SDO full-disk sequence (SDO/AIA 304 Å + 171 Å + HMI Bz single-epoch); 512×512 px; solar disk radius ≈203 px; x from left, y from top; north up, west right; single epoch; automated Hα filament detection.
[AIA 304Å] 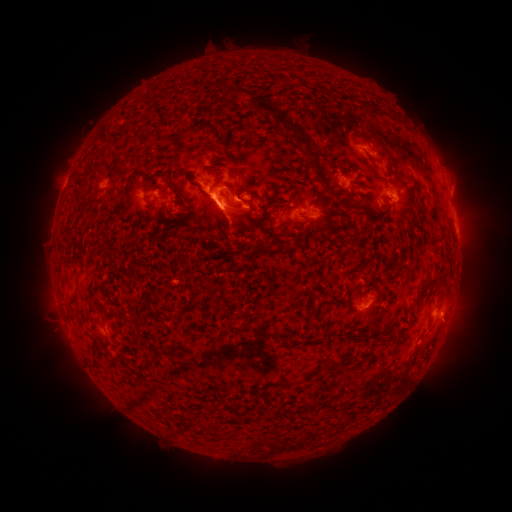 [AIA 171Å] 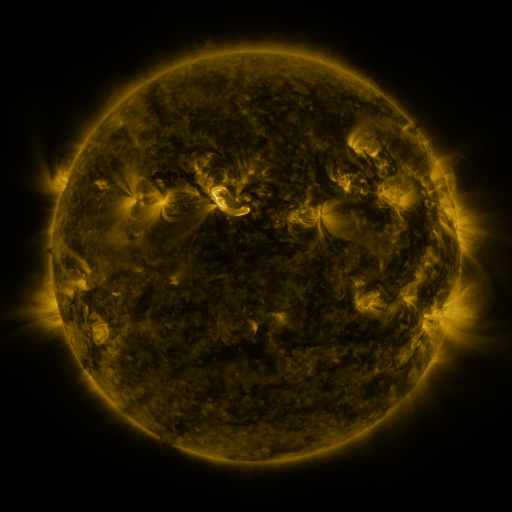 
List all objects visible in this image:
filament: (298, 132)
filament: (218, 148)
filament: (386, 150)
filament: (311, 164)
filament: (99, 167)
filament: (253, 195)
filament: (178, 202)
filament: (237, 216)
filament: (264, 220)
filament: (193, 336)
filament: (394, 351)
